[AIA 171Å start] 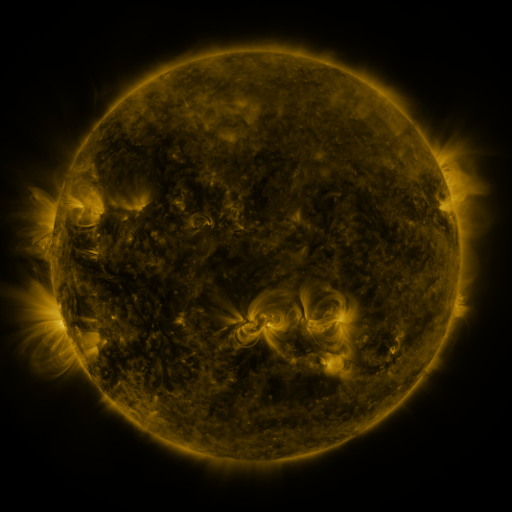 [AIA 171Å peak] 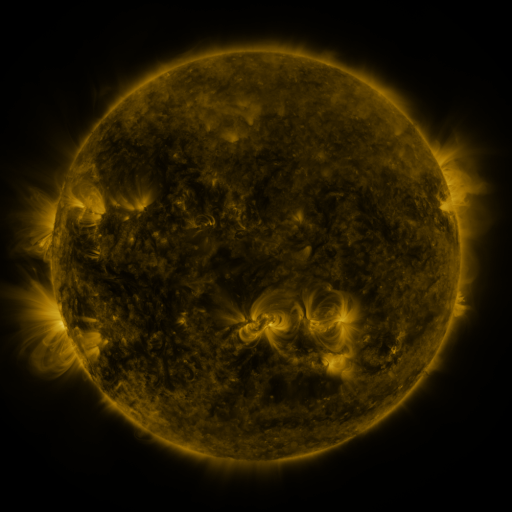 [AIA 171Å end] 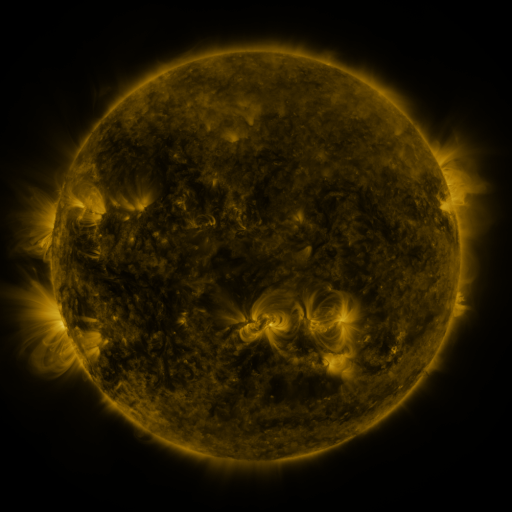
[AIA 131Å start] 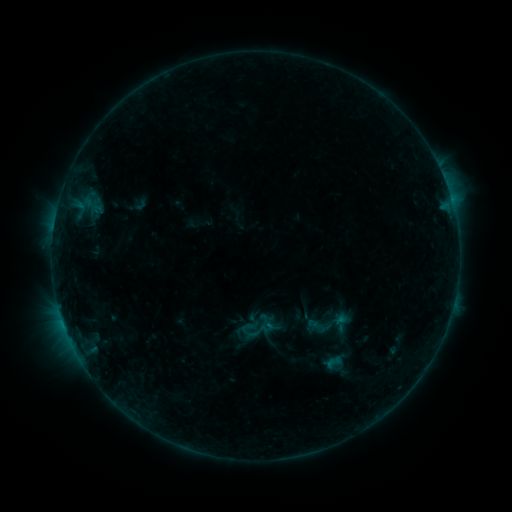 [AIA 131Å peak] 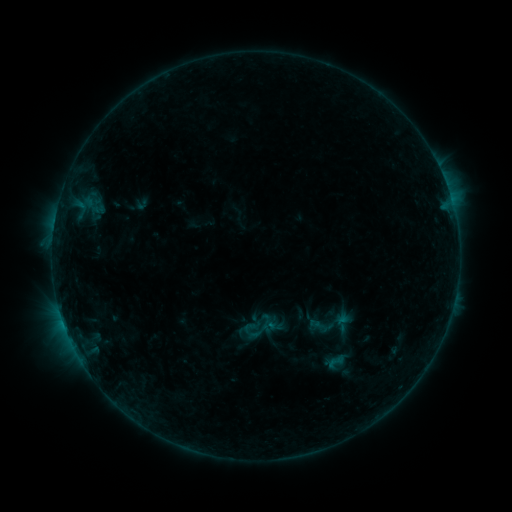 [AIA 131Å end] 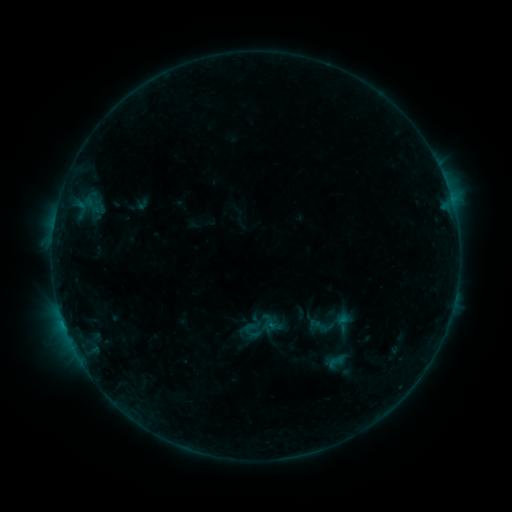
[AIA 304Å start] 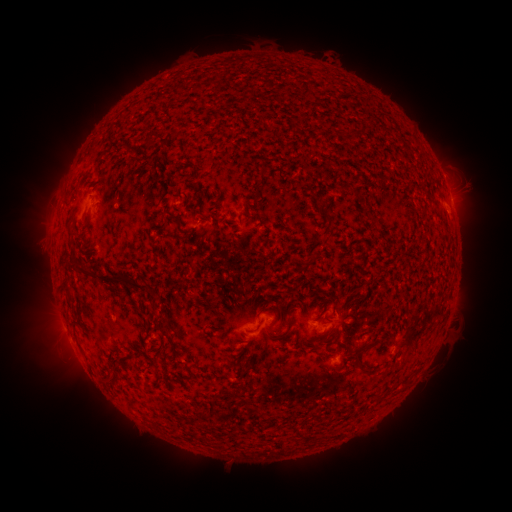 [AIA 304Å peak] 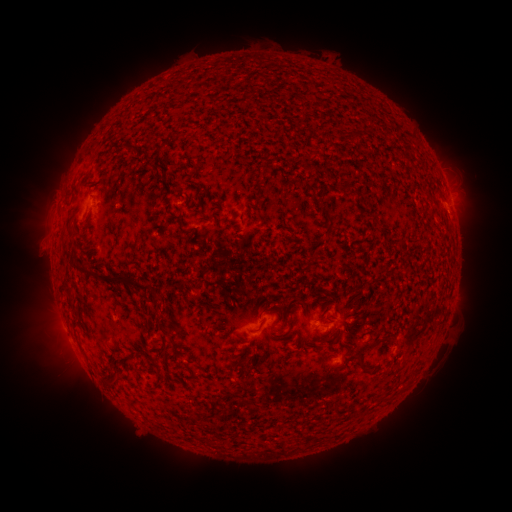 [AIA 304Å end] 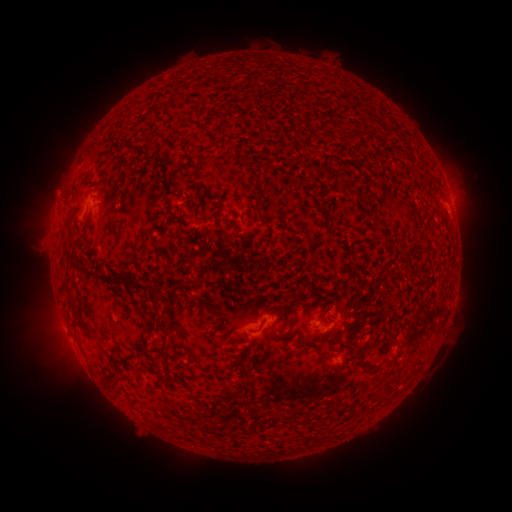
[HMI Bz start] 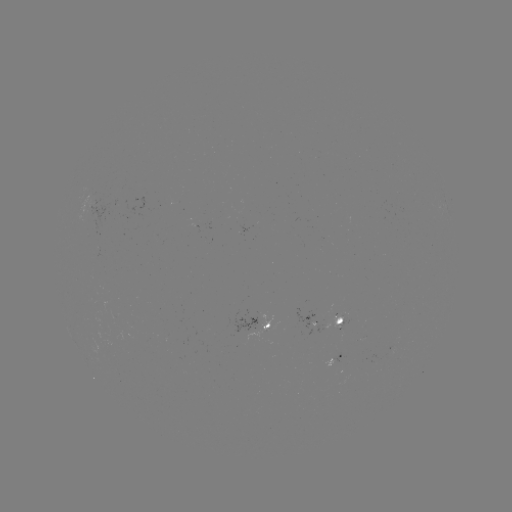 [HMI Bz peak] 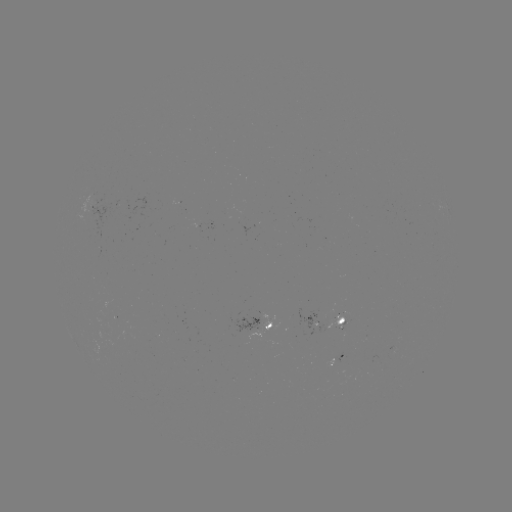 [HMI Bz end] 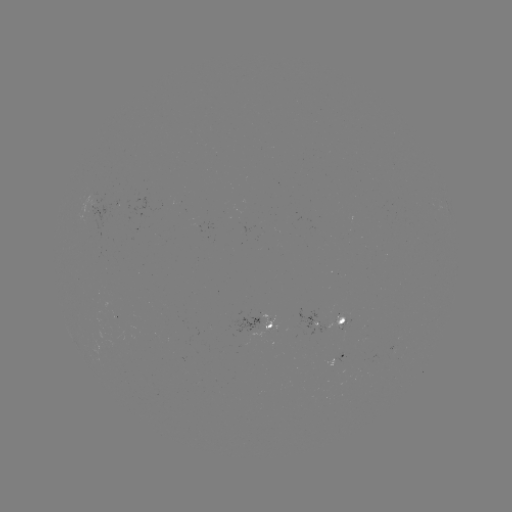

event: emerging-flux region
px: (94, 202)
